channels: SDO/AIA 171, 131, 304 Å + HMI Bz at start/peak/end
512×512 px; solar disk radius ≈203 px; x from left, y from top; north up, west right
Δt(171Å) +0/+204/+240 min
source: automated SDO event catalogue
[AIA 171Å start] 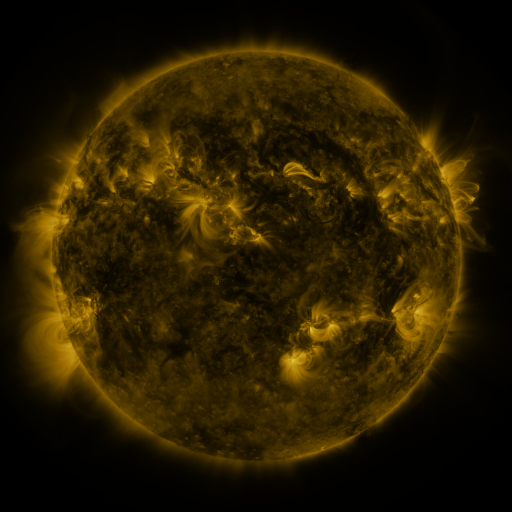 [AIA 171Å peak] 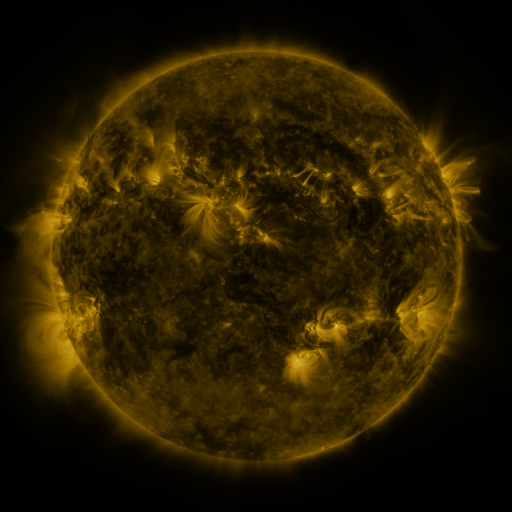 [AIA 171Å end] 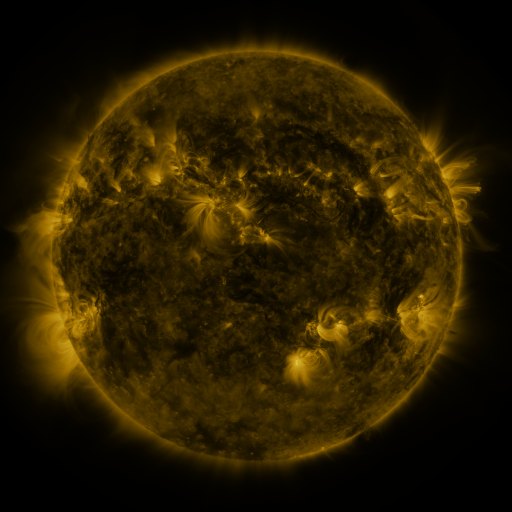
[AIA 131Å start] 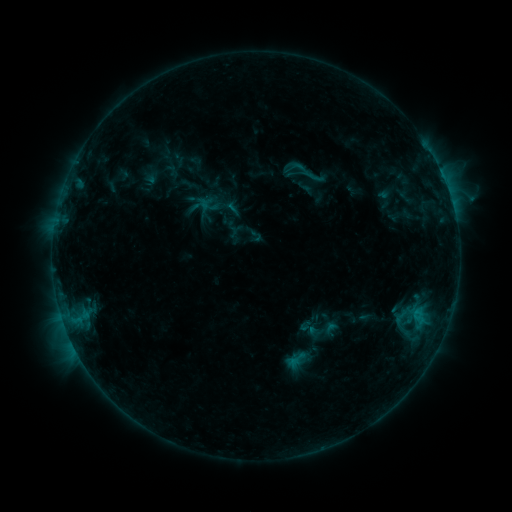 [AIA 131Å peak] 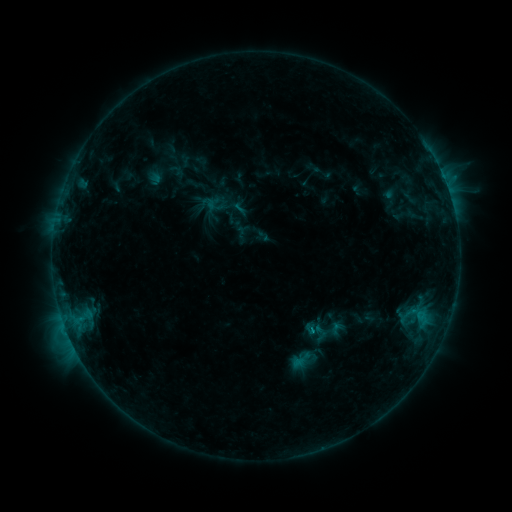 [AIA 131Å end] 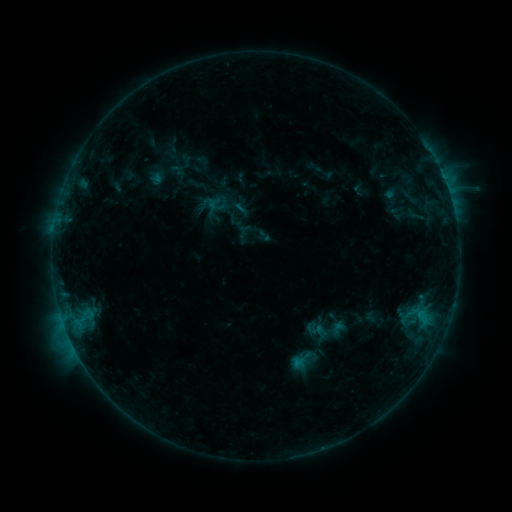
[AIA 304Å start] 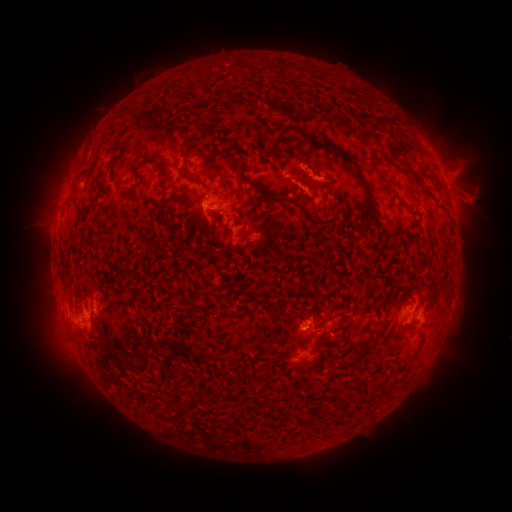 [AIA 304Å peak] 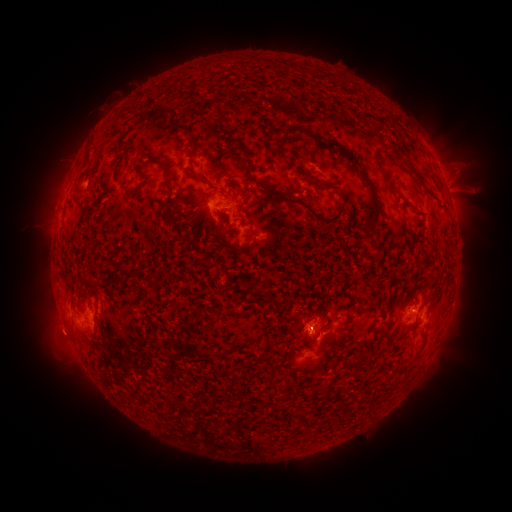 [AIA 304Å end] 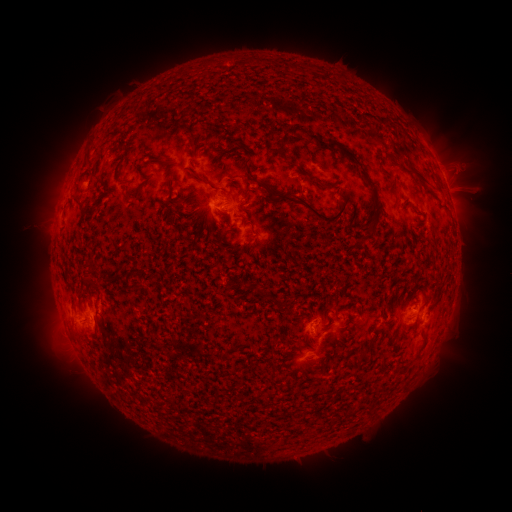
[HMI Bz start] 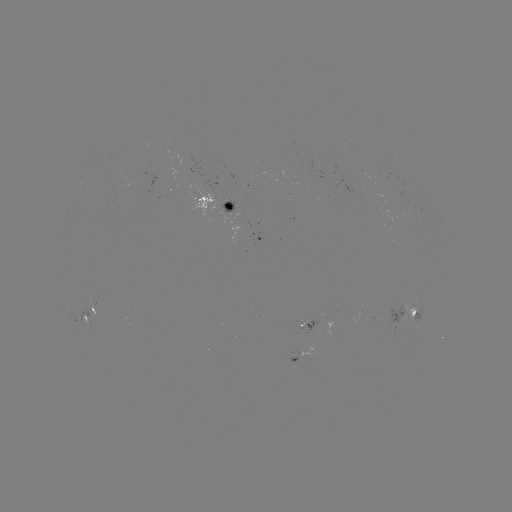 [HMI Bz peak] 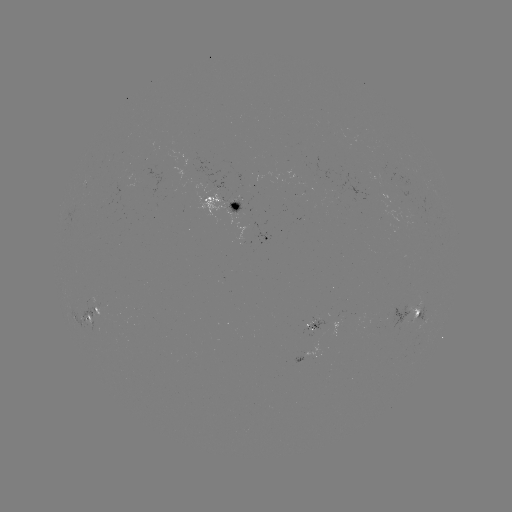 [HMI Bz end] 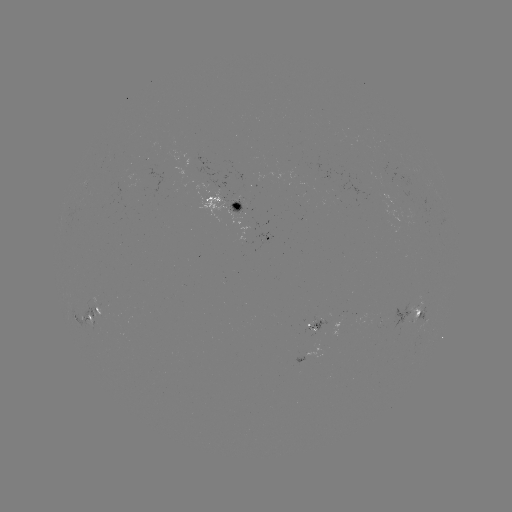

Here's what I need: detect emerging-flux region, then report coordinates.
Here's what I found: emerging-flux region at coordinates (92, 306).